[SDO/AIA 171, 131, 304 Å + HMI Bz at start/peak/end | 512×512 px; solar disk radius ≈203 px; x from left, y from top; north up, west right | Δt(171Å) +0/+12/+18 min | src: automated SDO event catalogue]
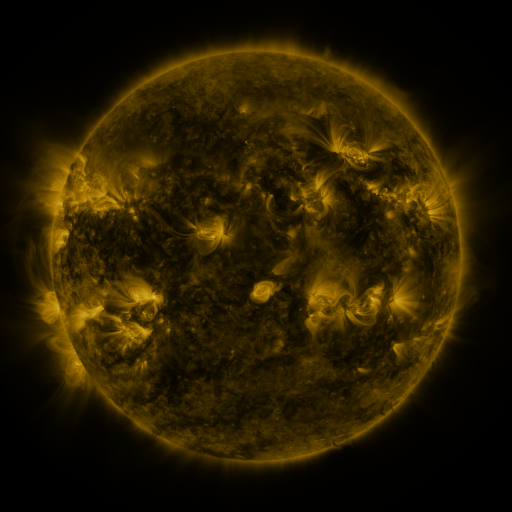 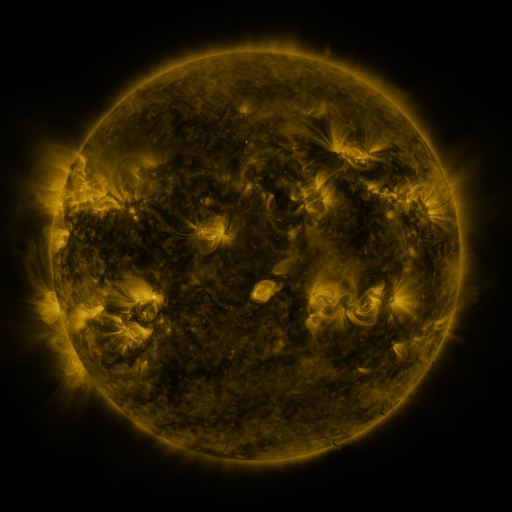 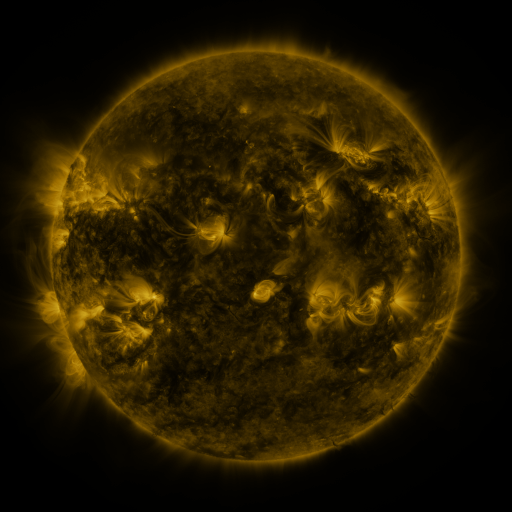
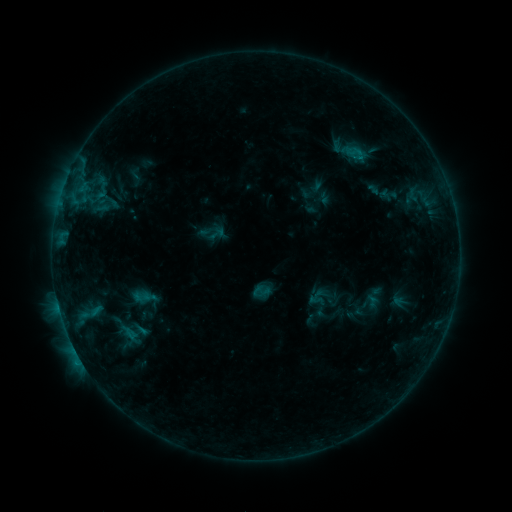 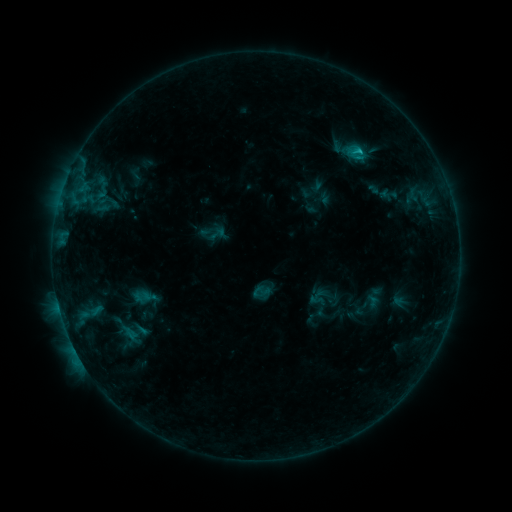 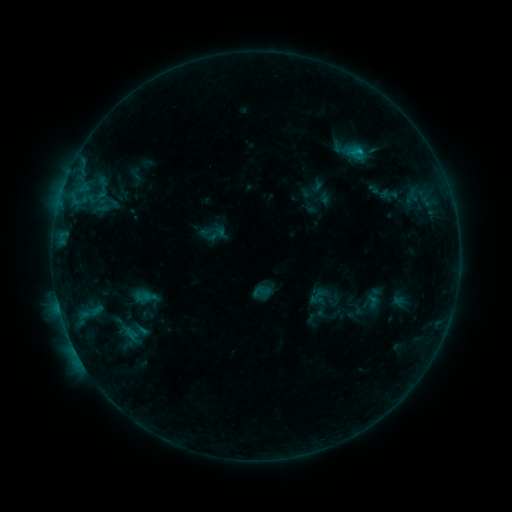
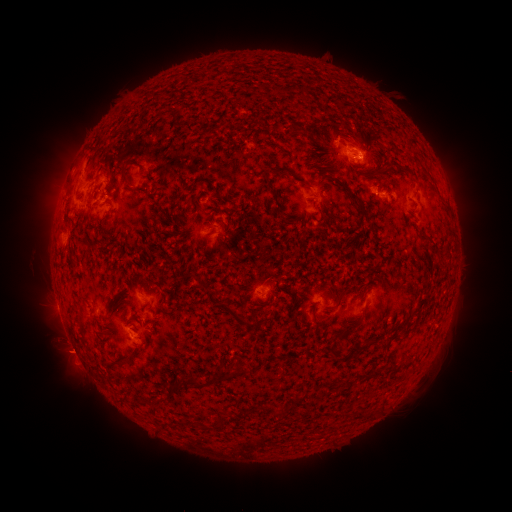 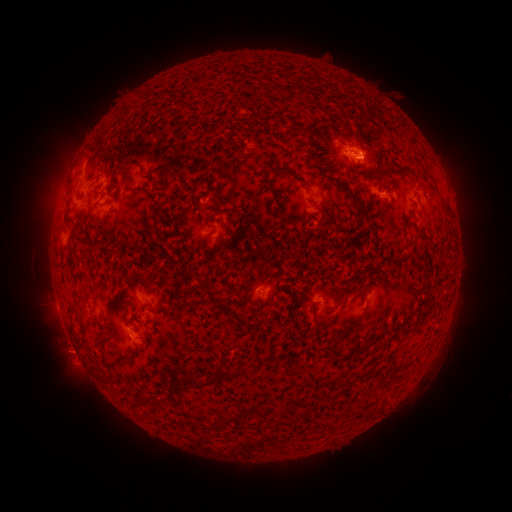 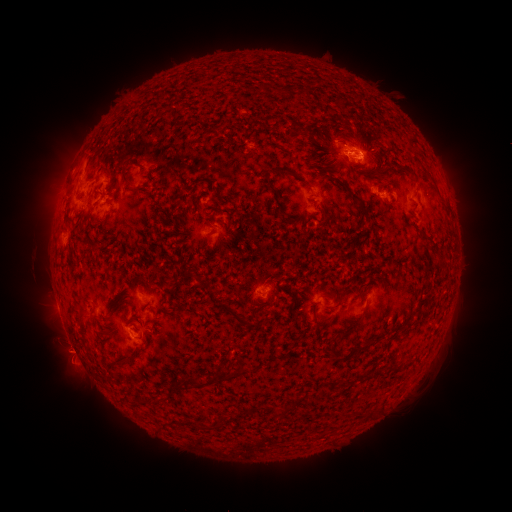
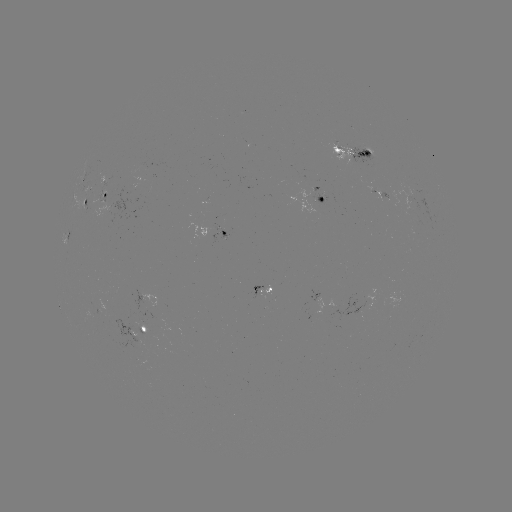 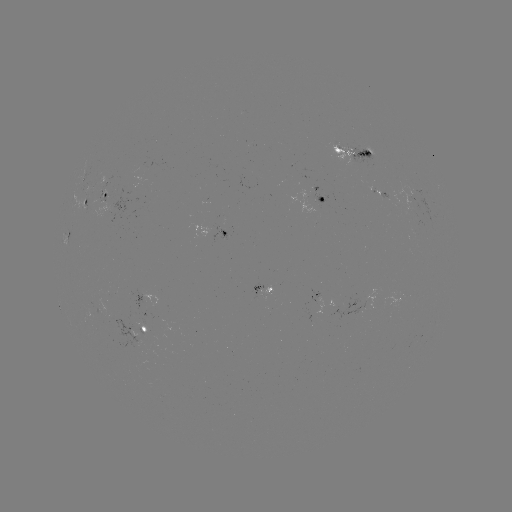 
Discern B9.4 flare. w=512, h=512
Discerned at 359,151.